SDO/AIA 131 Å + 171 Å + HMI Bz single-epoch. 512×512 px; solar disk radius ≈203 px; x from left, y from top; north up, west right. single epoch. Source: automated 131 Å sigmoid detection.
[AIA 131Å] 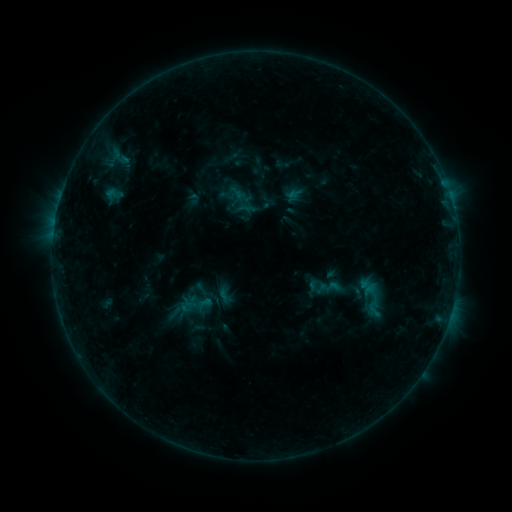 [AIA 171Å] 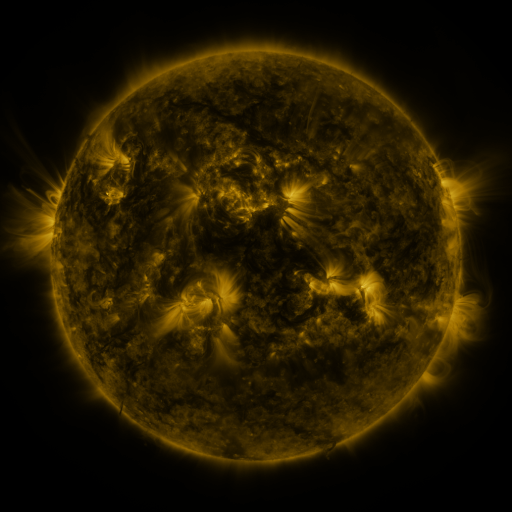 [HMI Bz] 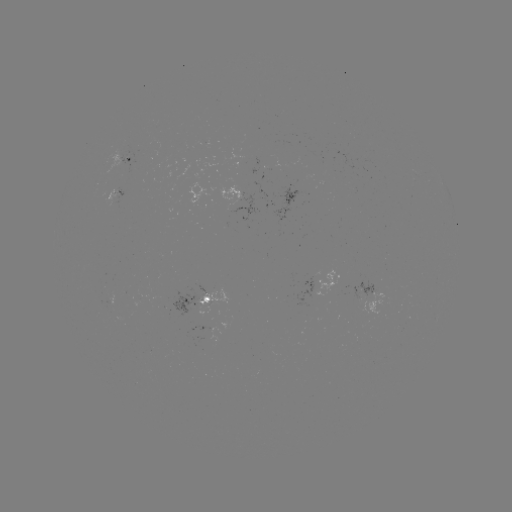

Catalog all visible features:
sigmoid: <bbox>104, 183, 124, 203</bbox>
sigmoid: <bbox>193, 280, 213, 297</bbox>
sigmoid: <bbox>209, 281, 239, 308</bbox>
